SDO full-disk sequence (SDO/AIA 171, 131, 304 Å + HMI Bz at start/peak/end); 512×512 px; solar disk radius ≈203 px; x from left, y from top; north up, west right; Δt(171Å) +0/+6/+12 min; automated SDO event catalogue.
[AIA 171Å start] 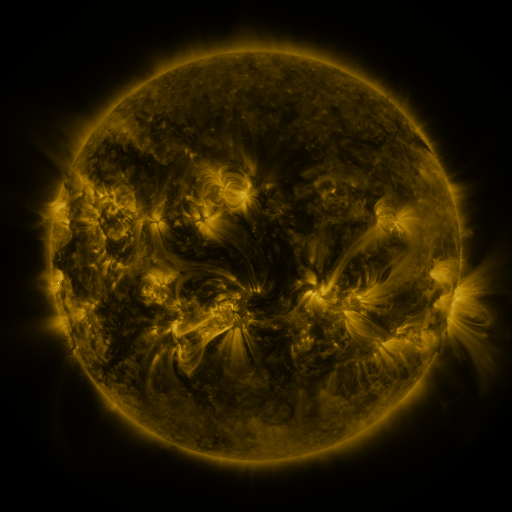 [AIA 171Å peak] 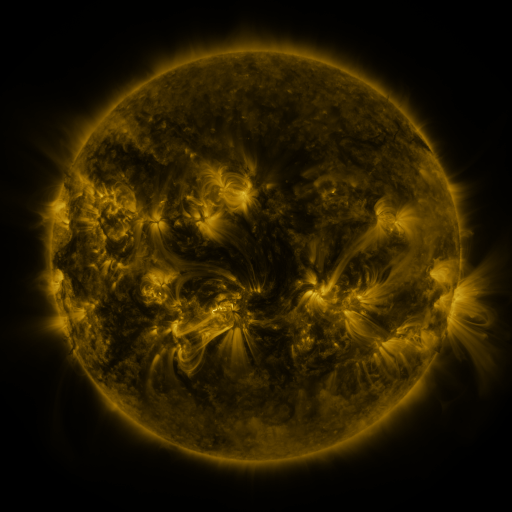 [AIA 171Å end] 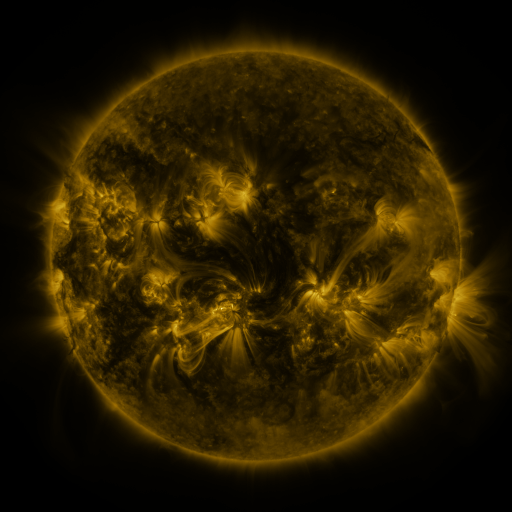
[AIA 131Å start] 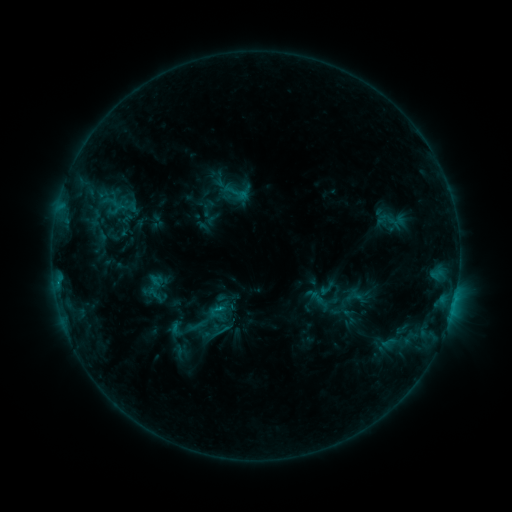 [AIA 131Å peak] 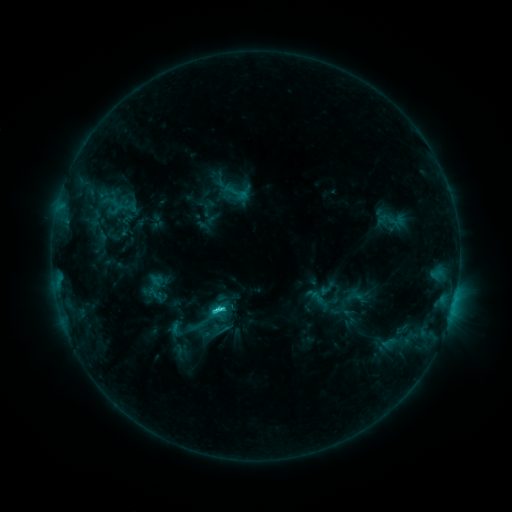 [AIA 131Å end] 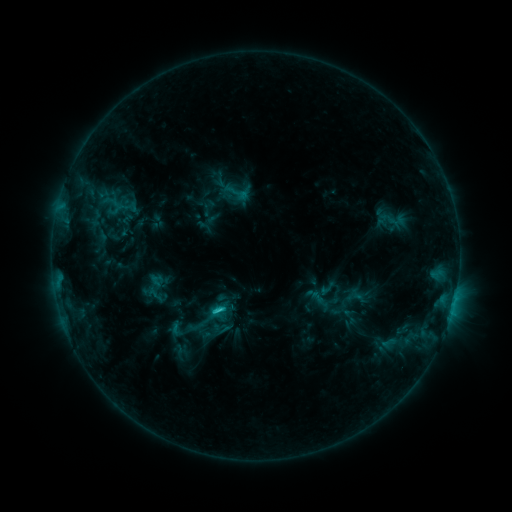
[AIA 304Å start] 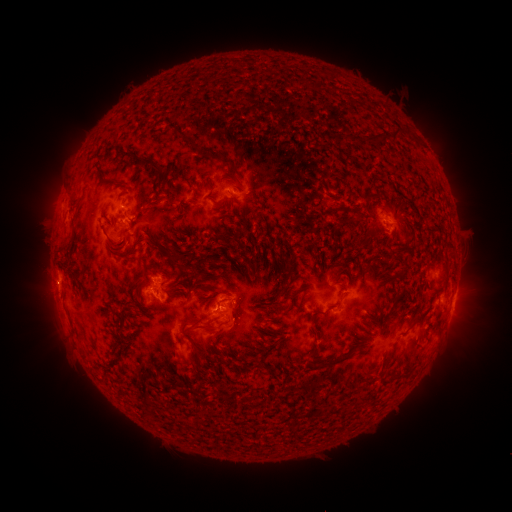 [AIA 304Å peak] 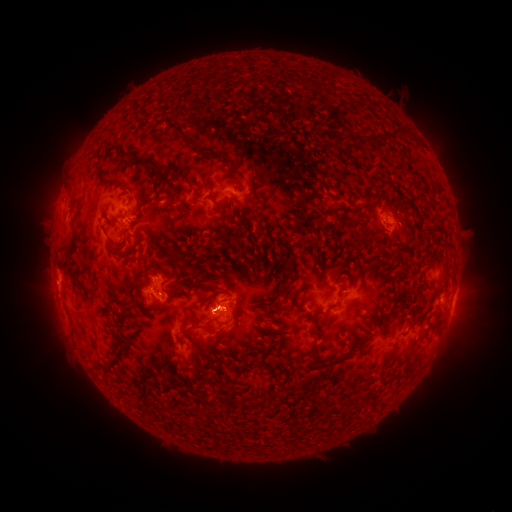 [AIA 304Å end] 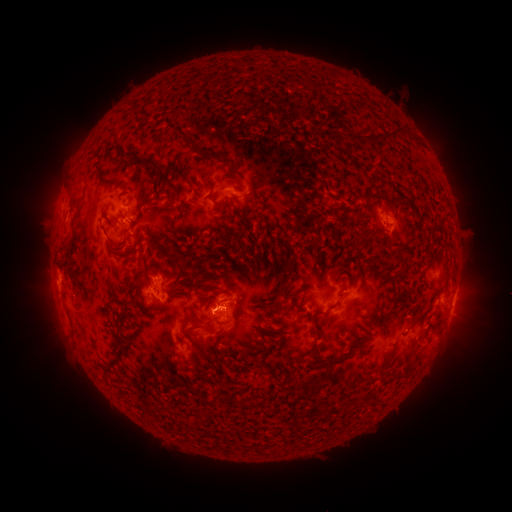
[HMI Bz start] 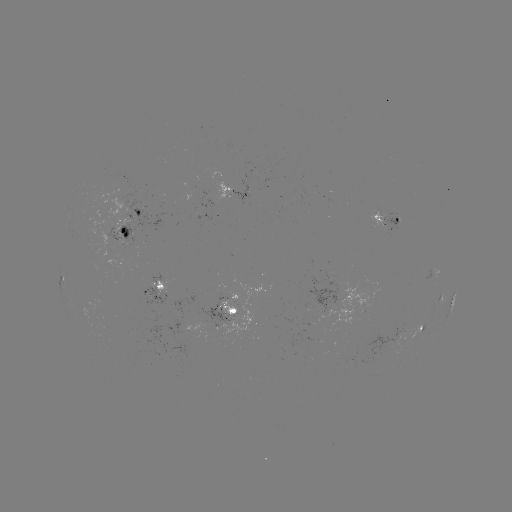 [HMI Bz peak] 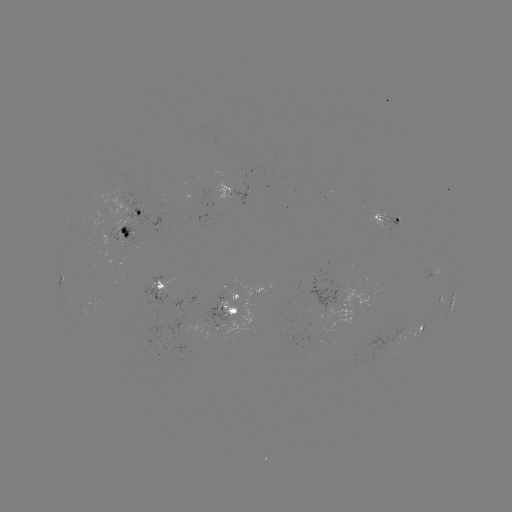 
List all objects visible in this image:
C2.6 flare: (221, 306)
